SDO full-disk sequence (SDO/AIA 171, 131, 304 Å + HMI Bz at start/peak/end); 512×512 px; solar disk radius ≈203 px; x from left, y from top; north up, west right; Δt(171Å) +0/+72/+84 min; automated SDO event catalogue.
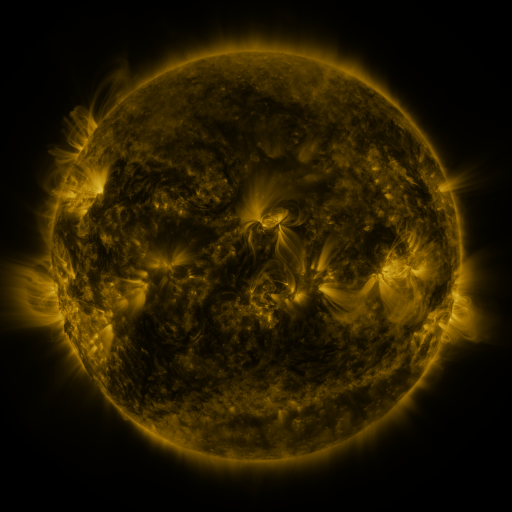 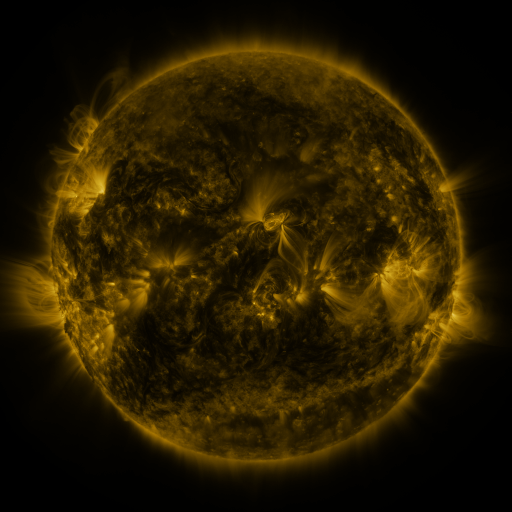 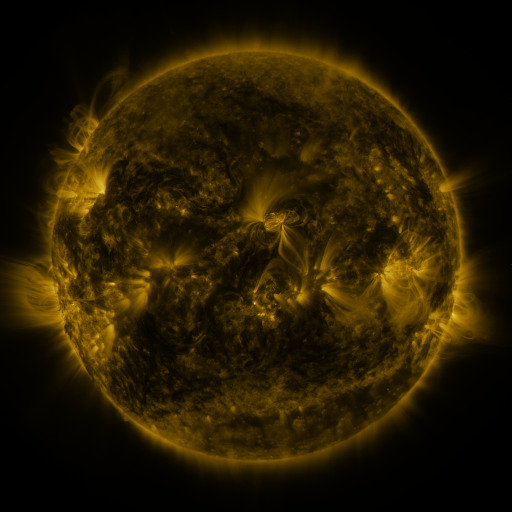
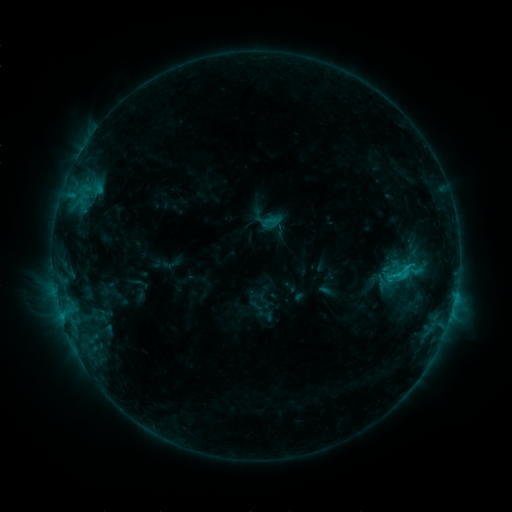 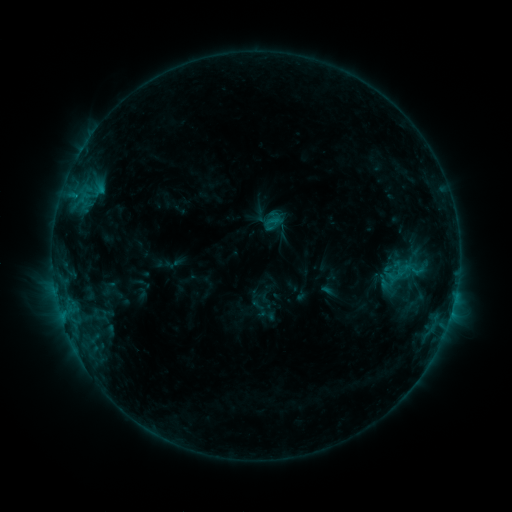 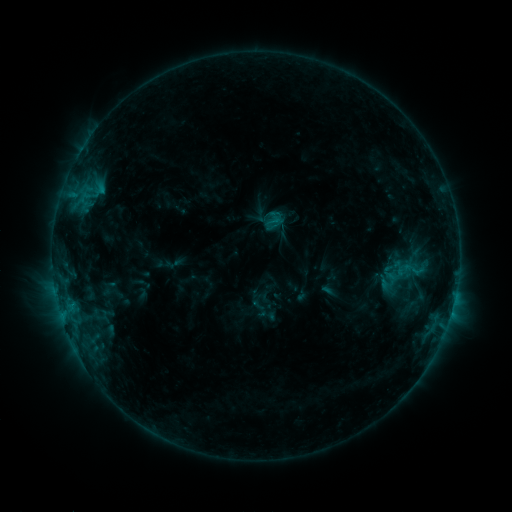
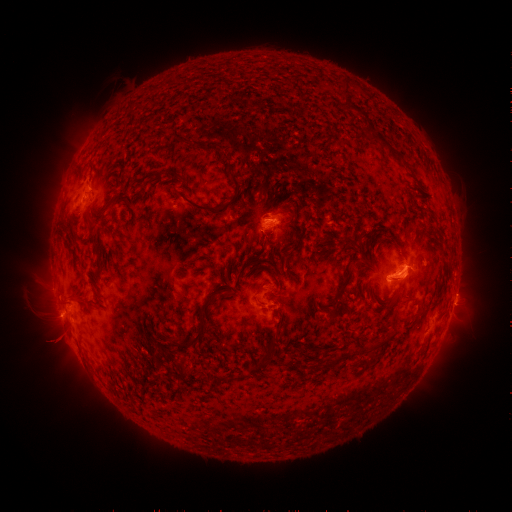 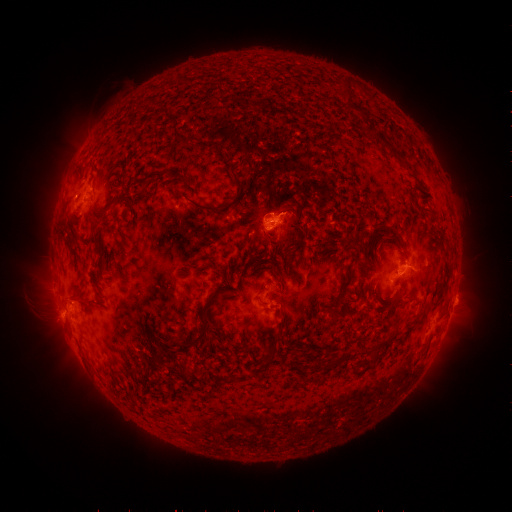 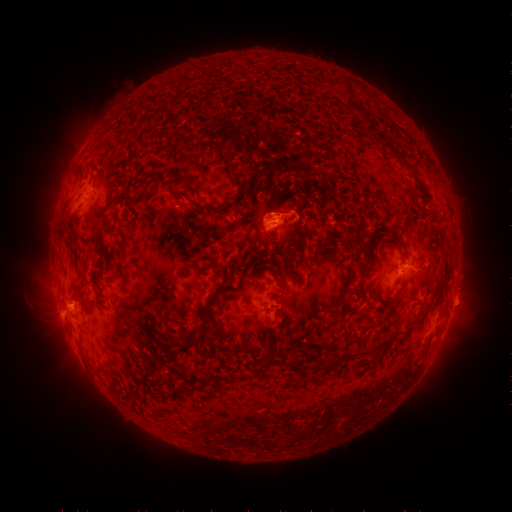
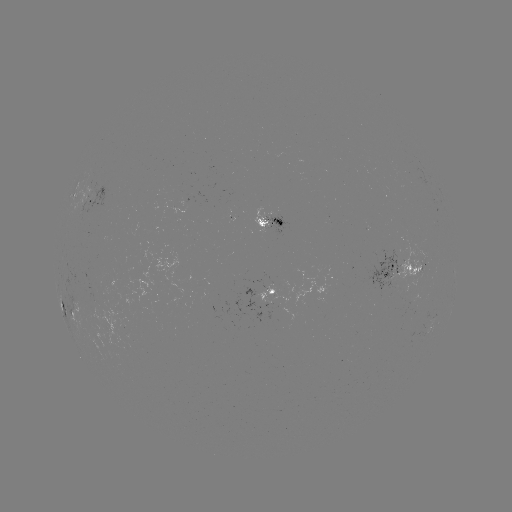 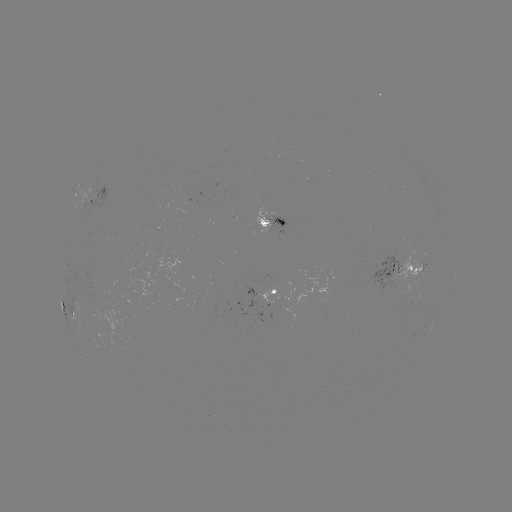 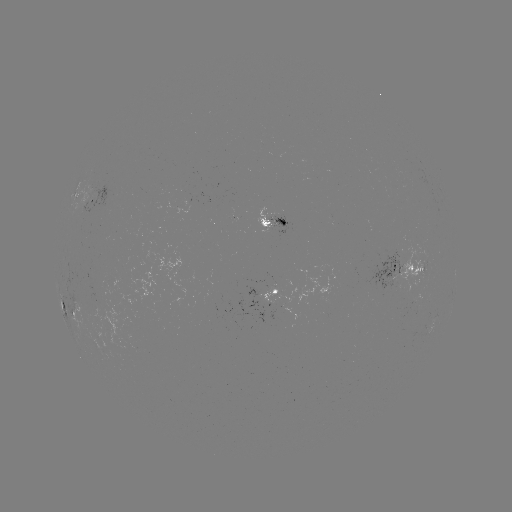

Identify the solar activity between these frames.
emerging-flux region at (277, 218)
